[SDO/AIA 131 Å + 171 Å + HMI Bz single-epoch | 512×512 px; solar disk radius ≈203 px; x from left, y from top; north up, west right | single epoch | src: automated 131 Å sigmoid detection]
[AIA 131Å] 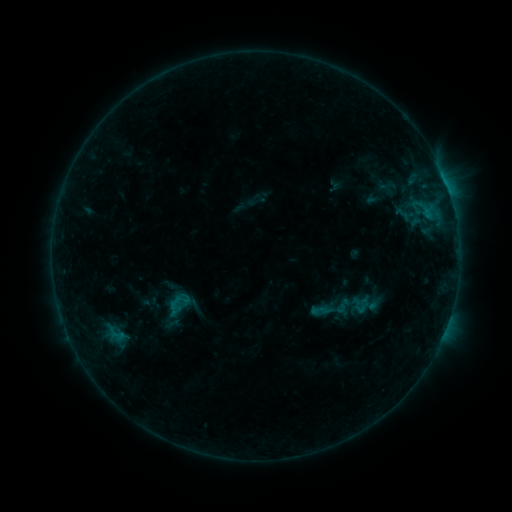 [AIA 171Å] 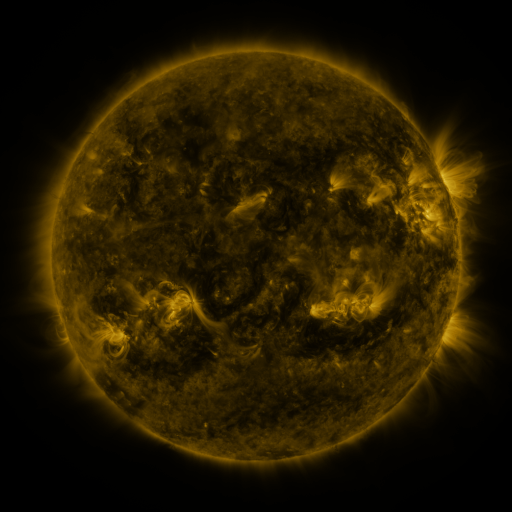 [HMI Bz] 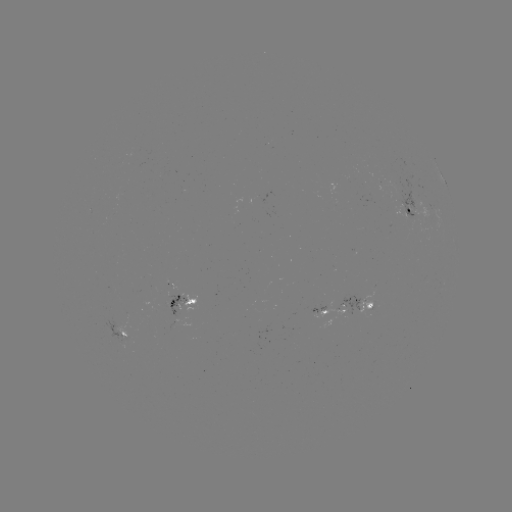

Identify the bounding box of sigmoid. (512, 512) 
[353, 296, 371, 315].